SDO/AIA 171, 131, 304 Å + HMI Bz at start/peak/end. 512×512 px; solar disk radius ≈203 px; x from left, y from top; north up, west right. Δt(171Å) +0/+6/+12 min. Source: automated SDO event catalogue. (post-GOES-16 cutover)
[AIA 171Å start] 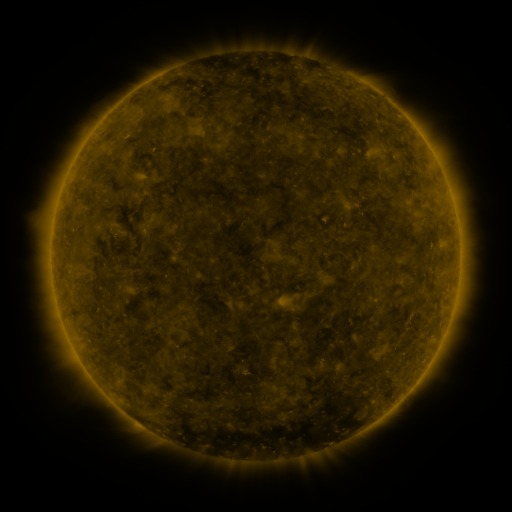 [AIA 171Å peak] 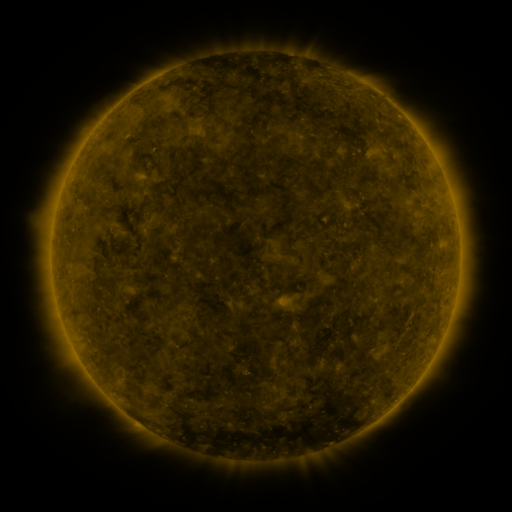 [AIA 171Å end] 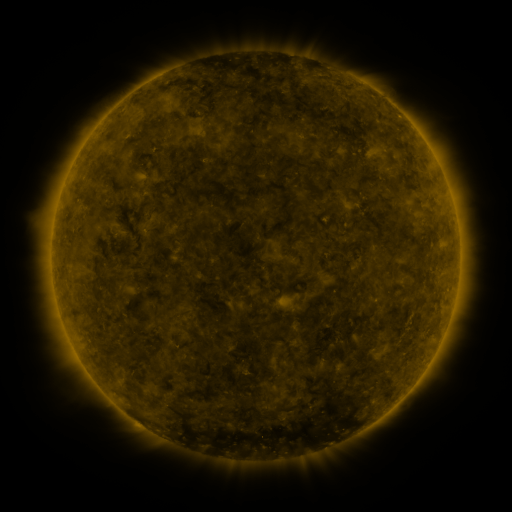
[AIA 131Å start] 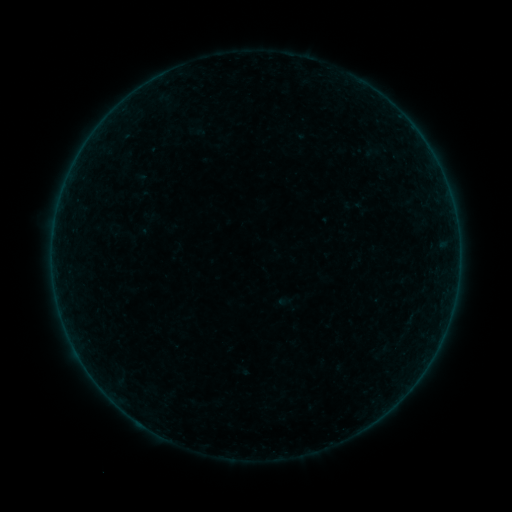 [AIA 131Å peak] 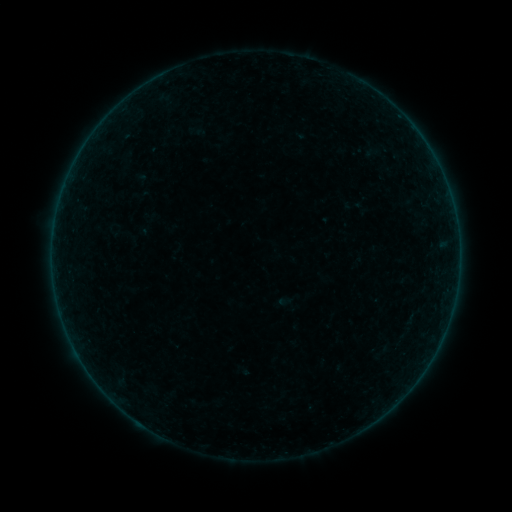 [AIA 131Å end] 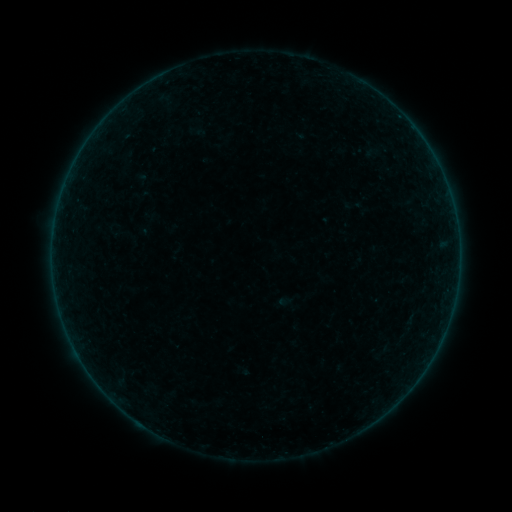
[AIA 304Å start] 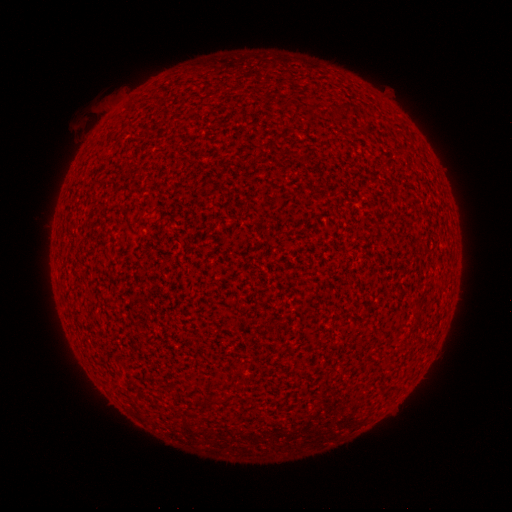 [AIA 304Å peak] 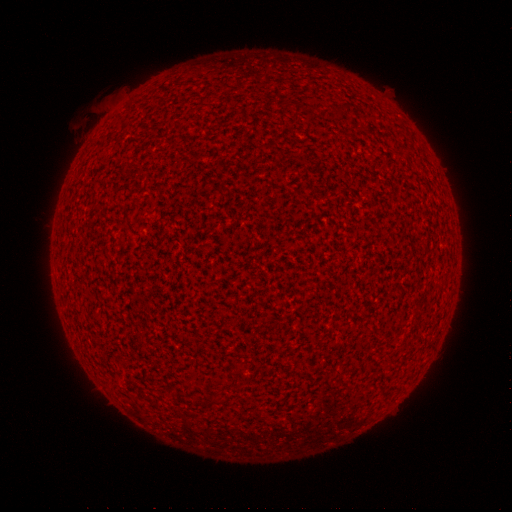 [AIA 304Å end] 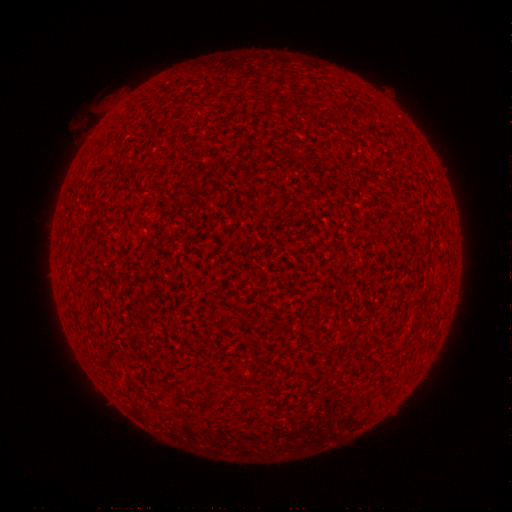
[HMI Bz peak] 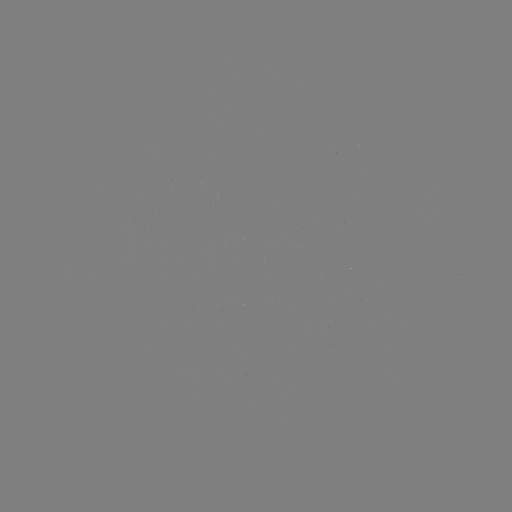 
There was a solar flare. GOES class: A1.1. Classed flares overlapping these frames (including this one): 1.